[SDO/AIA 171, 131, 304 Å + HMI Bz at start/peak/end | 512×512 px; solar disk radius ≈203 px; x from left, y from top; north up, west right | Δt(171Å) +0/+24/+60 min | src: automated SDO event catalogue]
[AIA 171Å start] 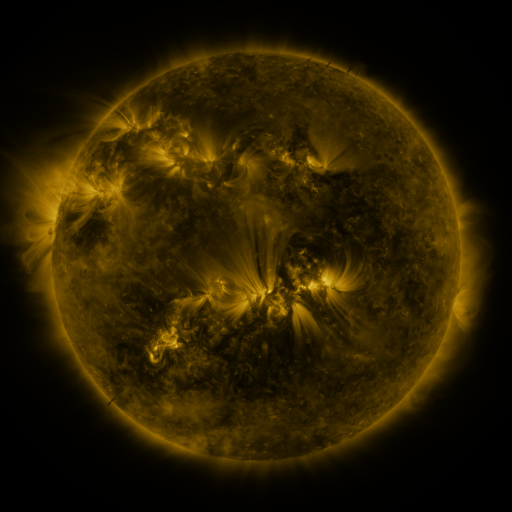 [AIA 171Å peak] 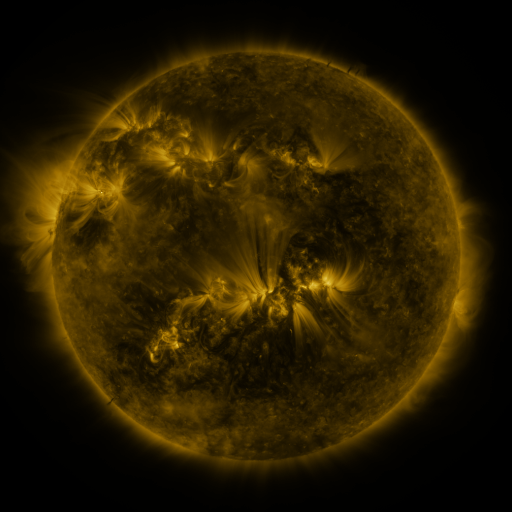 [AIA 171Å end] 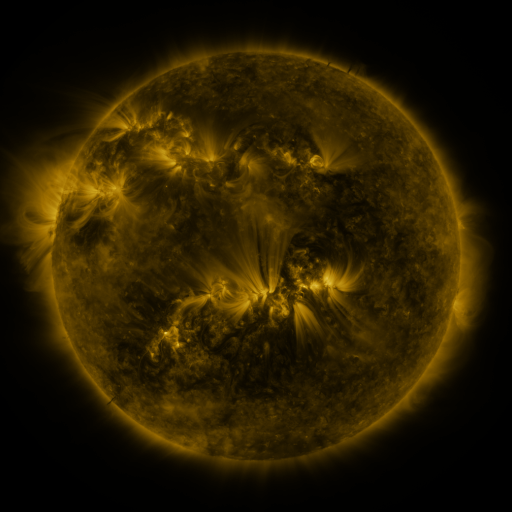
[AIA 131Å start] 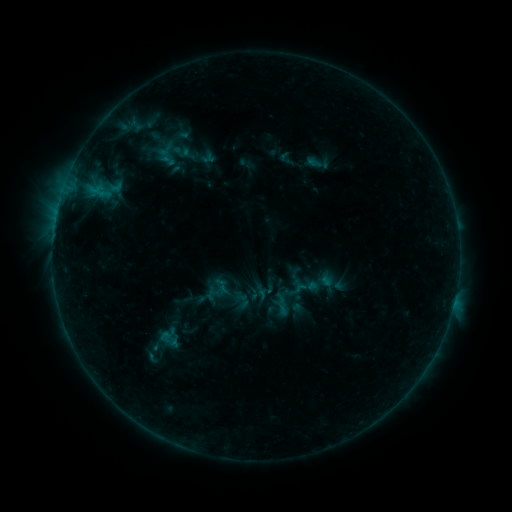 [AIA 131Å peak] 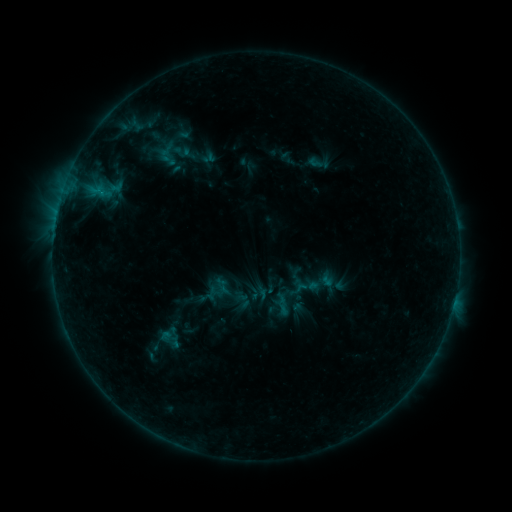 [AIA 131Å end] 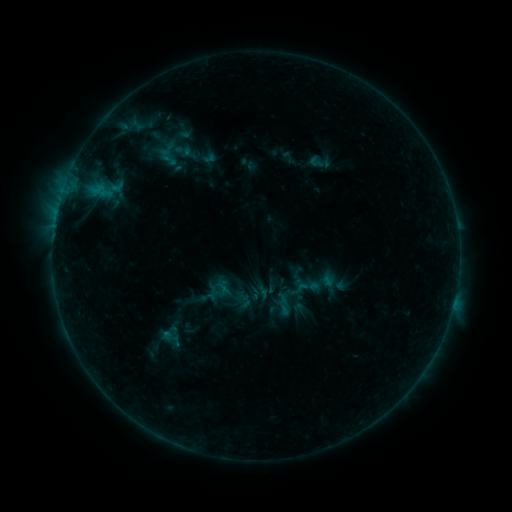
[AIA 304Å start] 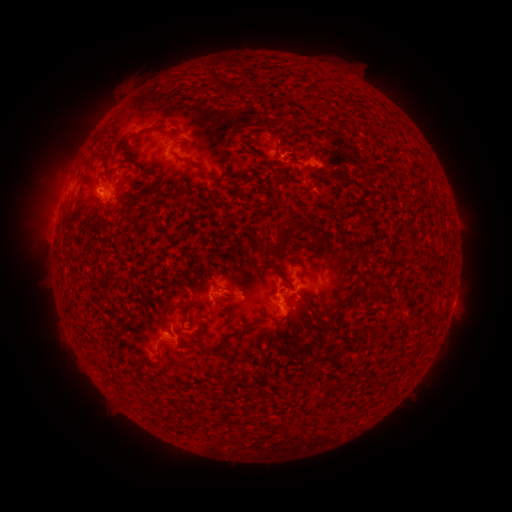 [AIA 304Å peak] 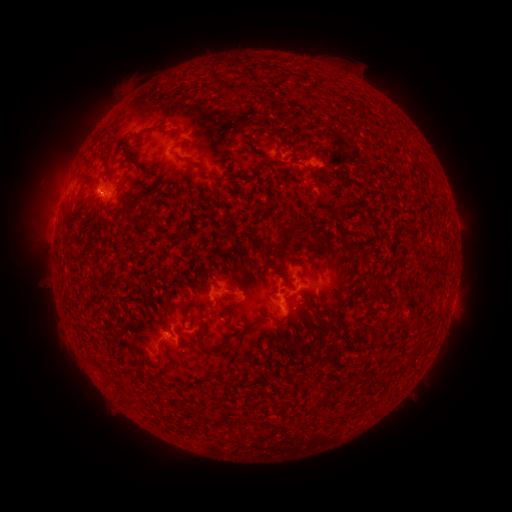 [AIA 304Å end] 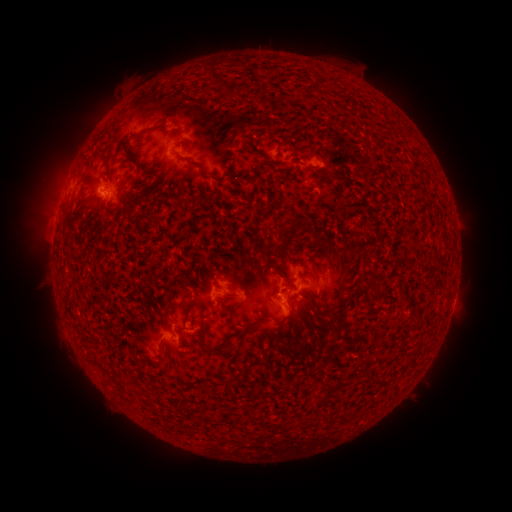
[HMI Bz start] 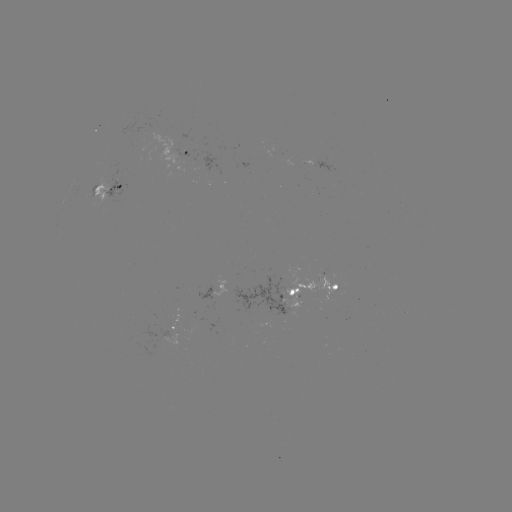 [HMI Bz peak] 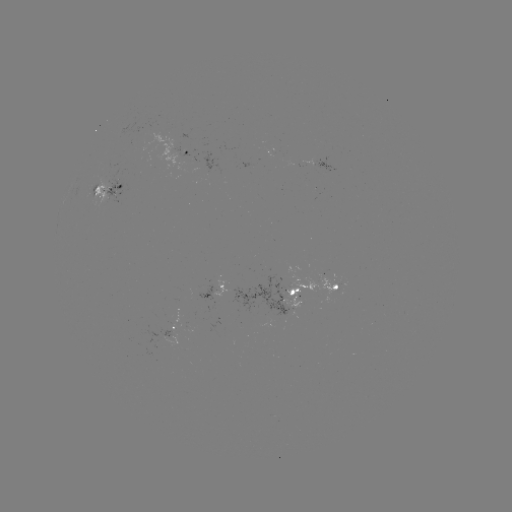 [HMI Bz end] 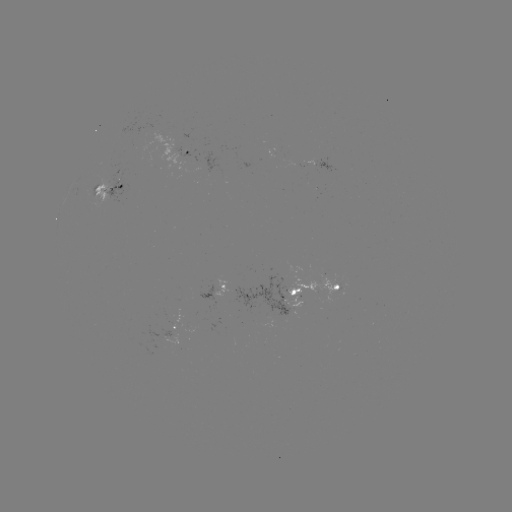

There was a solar emerging-flux region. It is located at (165, 335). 